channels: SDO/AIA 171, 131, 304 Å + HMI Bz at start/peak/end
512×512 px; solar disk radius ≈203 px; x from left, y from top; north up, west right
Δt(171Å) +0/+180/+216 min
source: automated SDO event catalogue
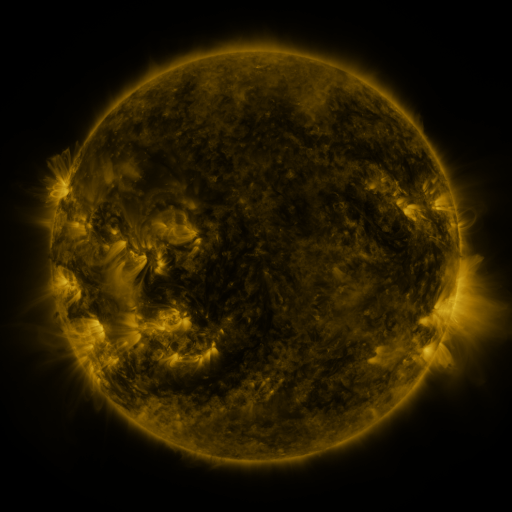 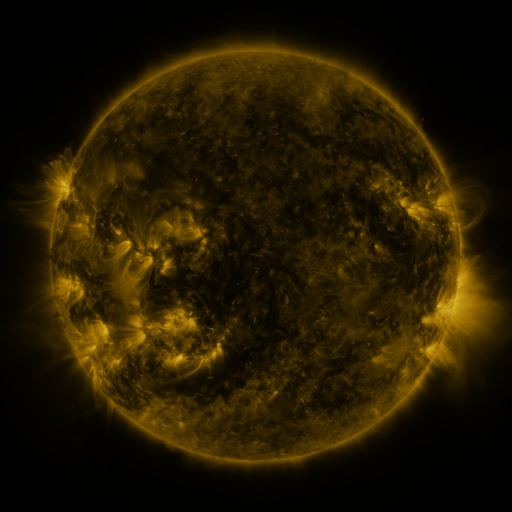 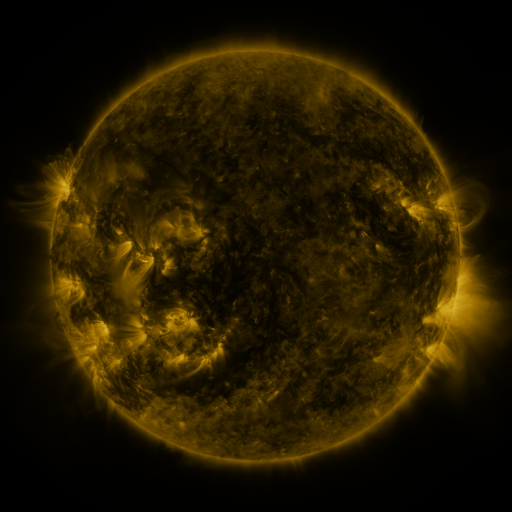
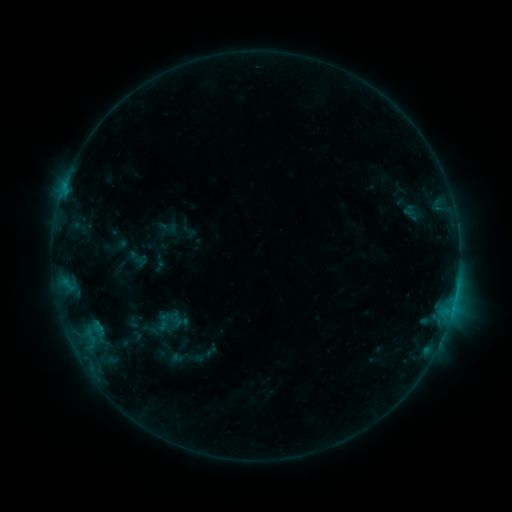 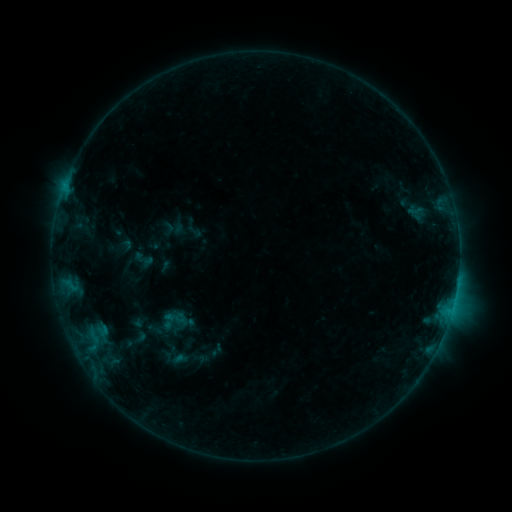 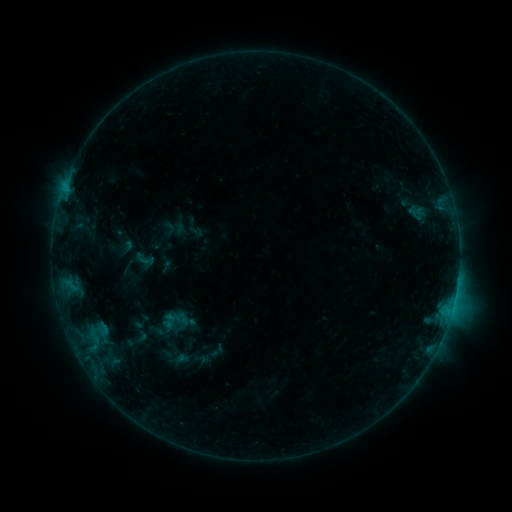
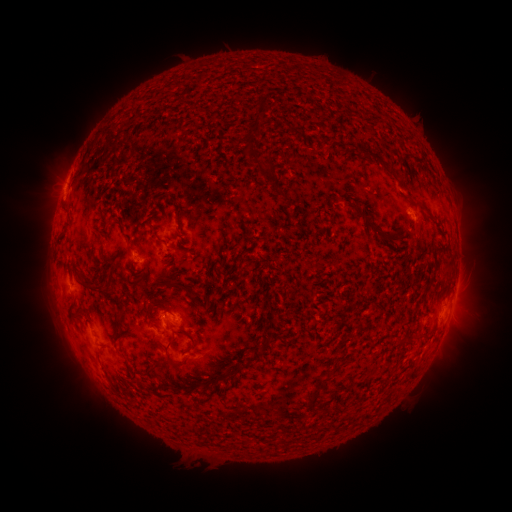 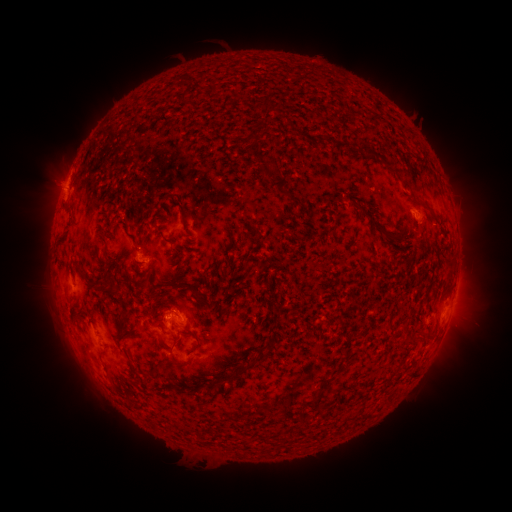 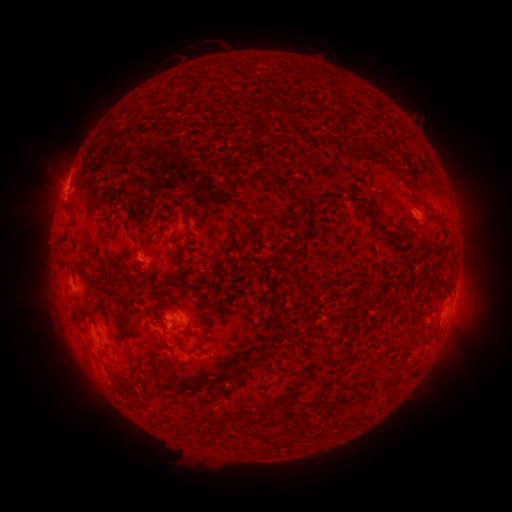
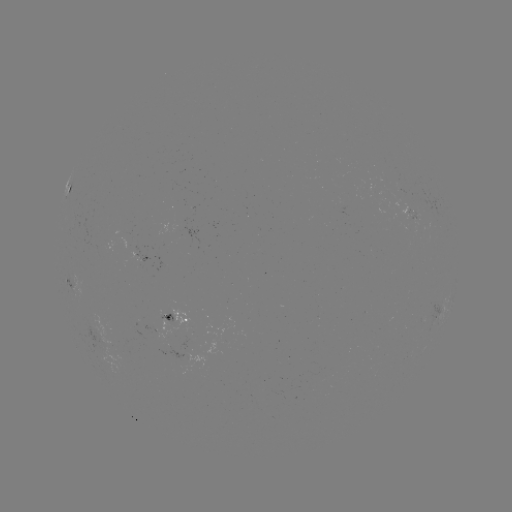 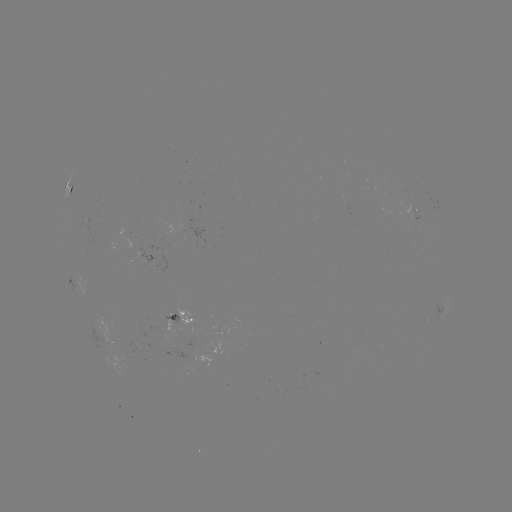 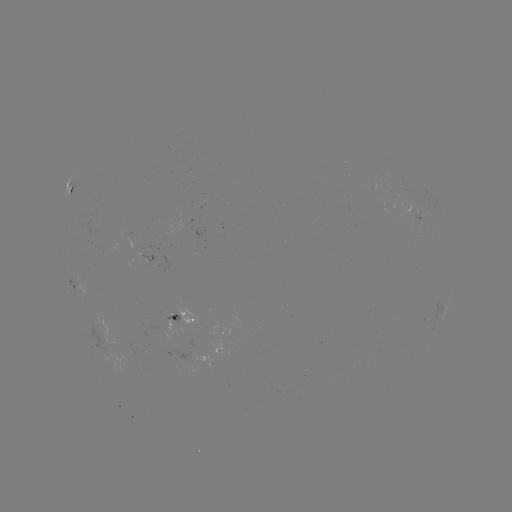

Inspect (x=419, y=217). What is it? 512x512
emerging-flux region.